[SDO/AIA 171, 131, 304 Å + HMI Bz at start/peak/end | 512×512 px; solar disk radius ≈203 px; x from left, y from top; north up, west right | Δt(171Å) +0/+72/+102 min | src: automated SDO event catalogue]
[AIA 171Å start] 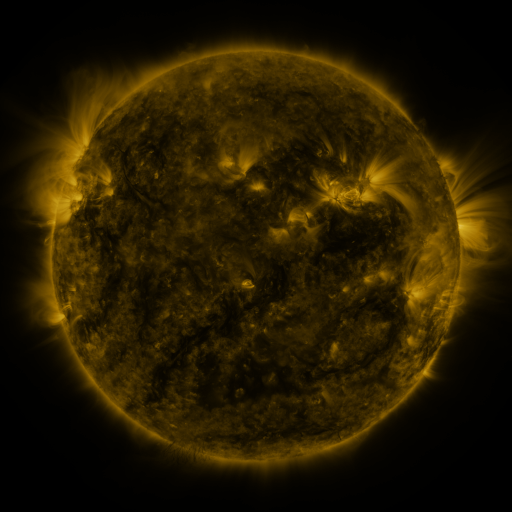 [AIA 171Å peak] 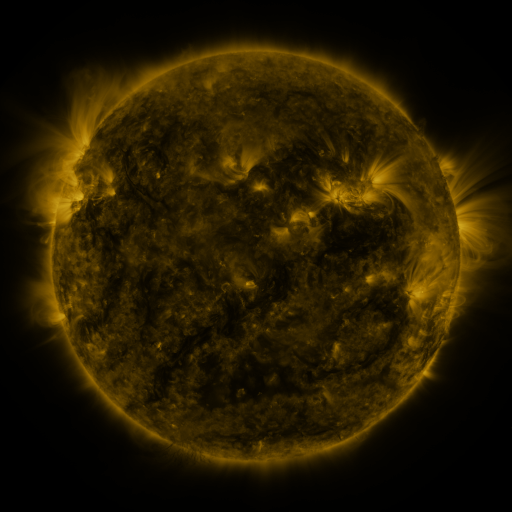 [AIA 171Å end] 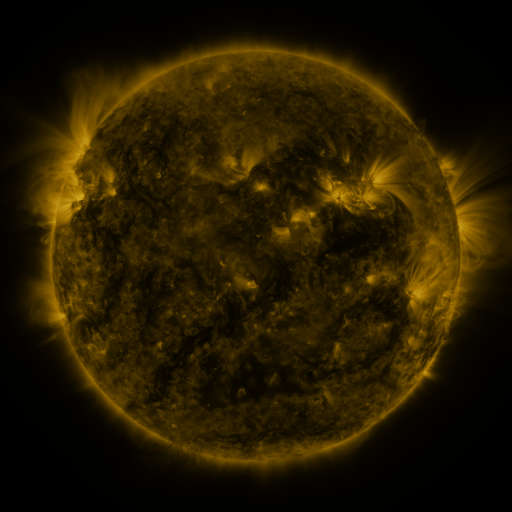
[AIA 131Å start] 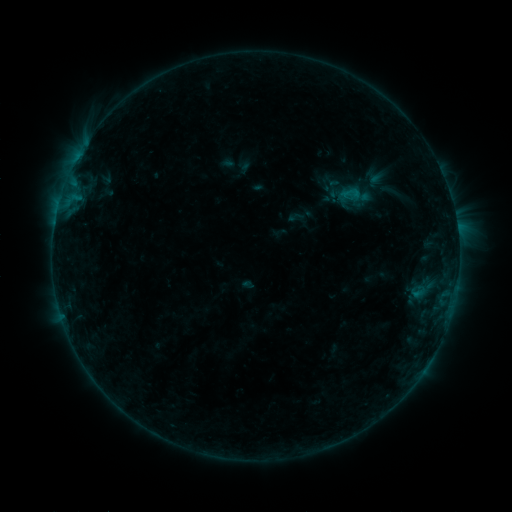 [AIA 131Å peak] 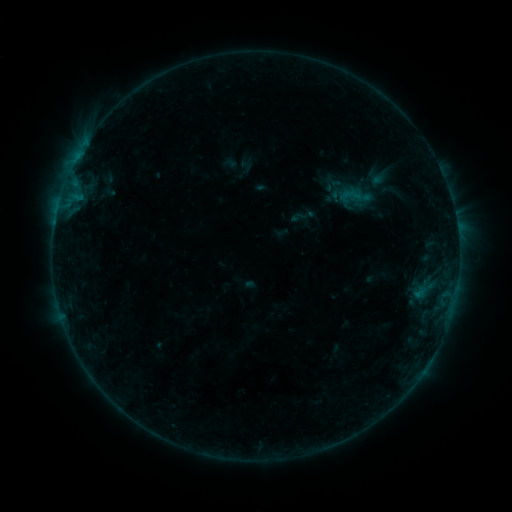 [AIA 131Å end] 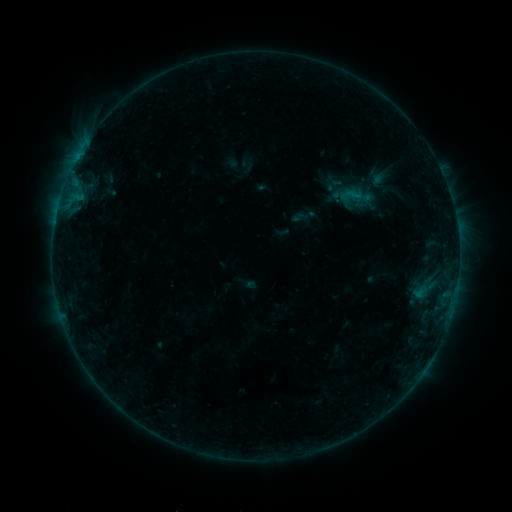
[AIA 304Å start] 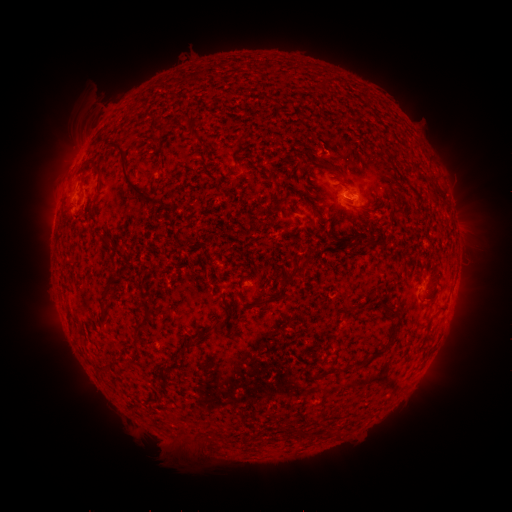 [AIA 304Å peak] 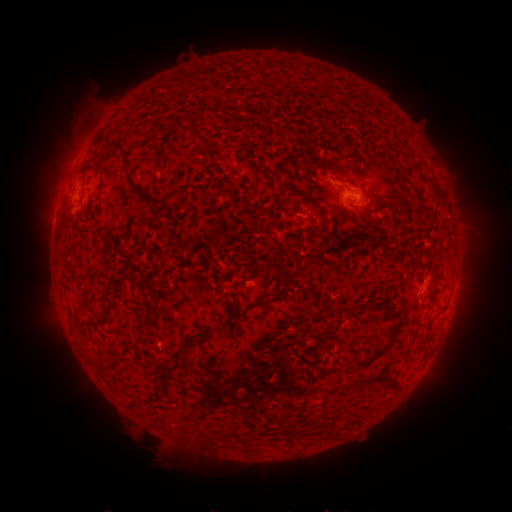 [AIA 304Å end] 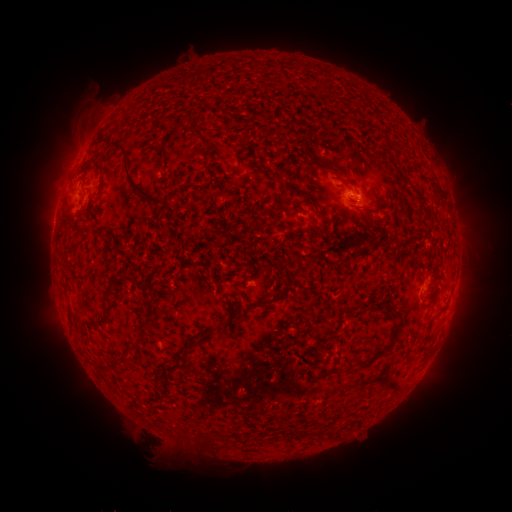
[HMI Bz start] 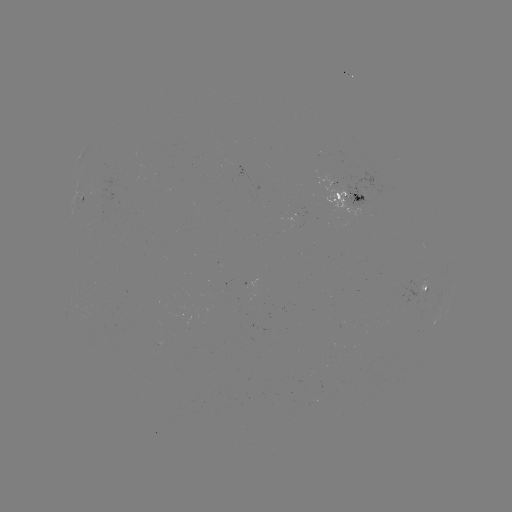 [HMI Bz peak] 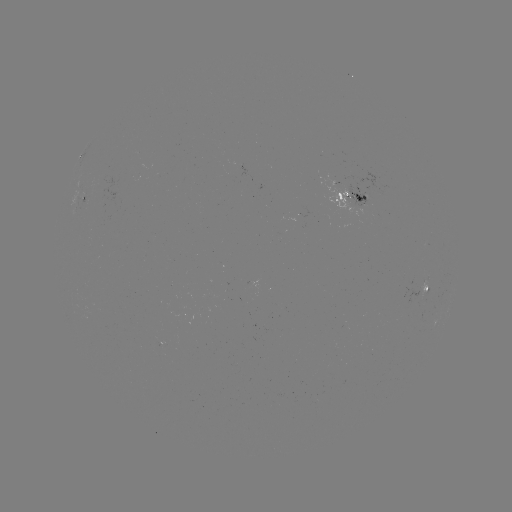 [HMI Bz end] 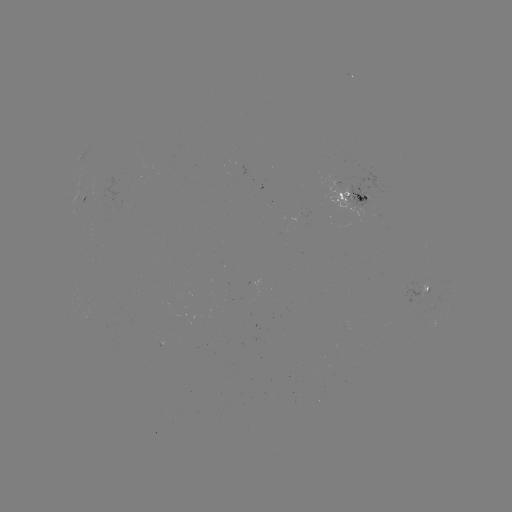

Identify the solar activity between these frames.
emerging-flux region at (420, 285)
